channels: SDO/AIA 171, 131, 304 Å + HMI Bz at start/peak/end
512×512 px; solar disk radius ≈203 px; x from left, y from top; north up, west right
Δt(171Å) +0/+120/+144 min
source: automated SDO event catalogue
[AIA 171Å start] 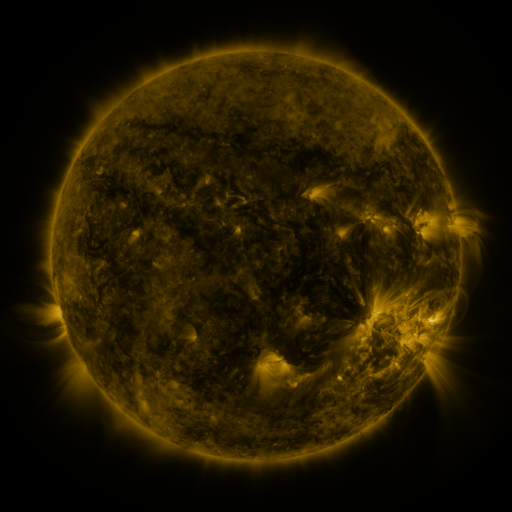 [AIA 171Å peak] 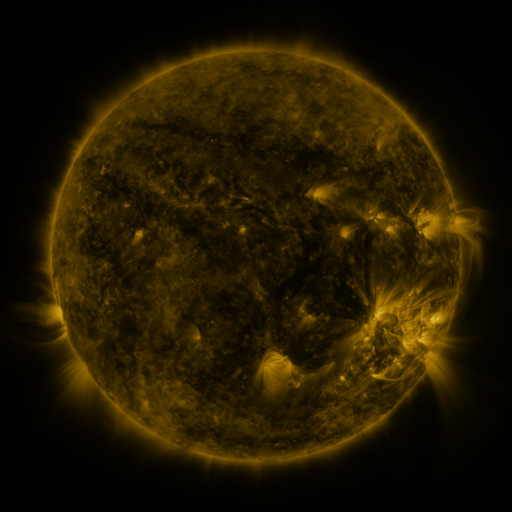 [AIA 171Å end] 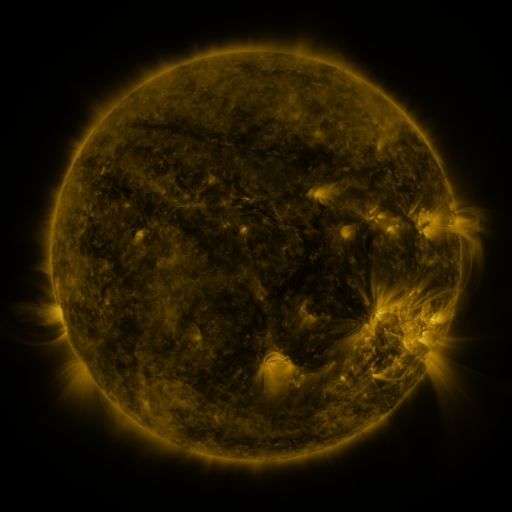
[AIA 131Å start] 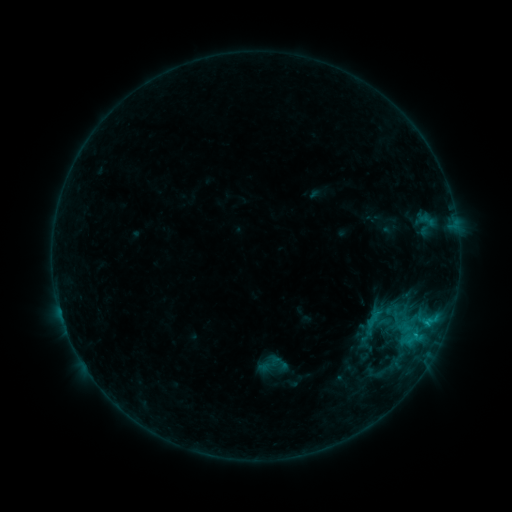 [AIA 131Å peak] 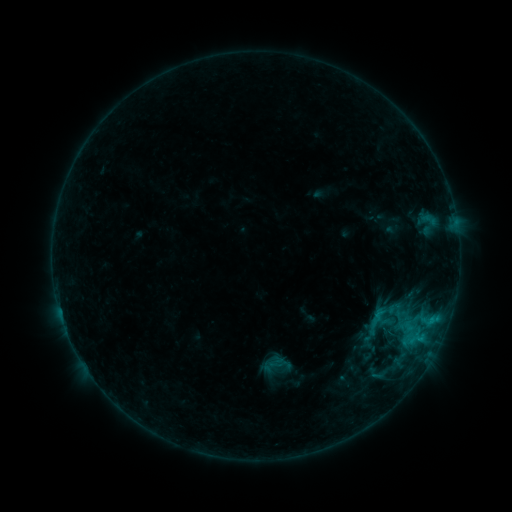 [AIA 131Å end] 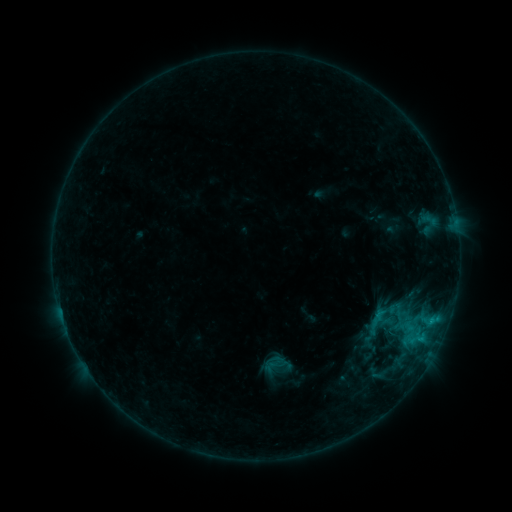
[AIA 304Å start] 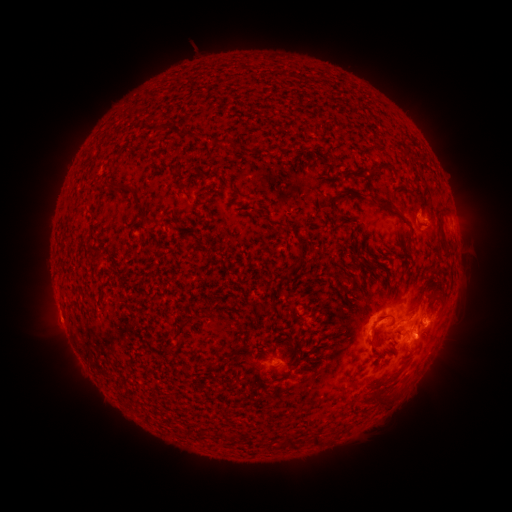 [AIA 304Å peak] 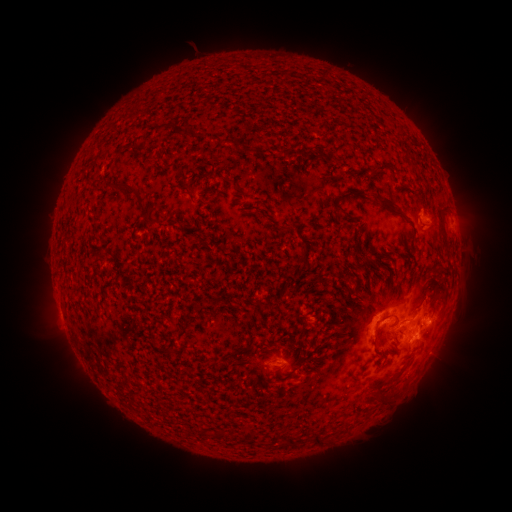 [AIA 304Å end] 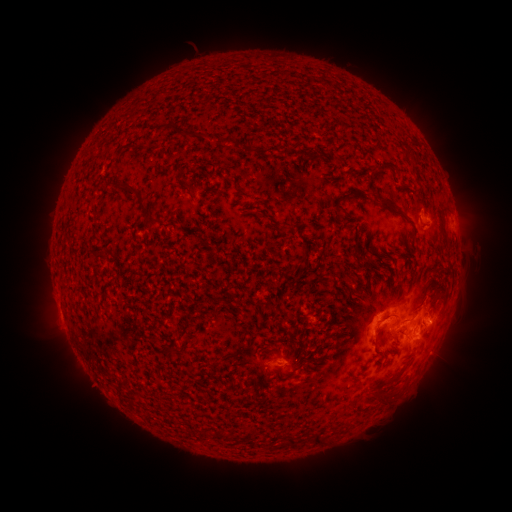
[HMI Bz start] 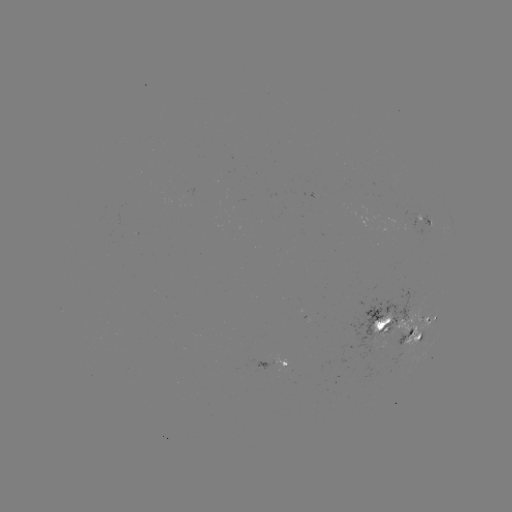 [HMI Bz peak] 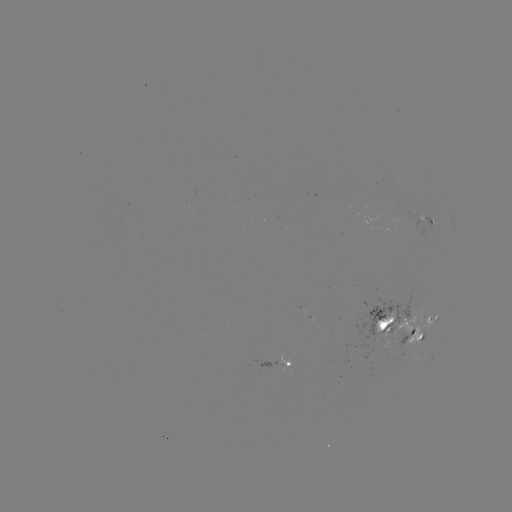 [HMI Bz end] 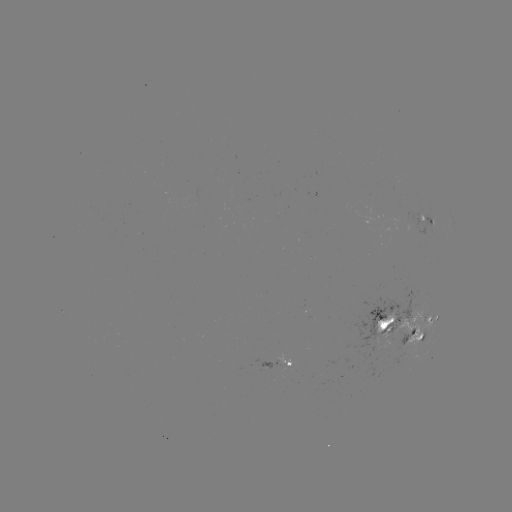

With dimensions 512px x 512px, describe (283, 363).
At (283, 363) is emerging-flux region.